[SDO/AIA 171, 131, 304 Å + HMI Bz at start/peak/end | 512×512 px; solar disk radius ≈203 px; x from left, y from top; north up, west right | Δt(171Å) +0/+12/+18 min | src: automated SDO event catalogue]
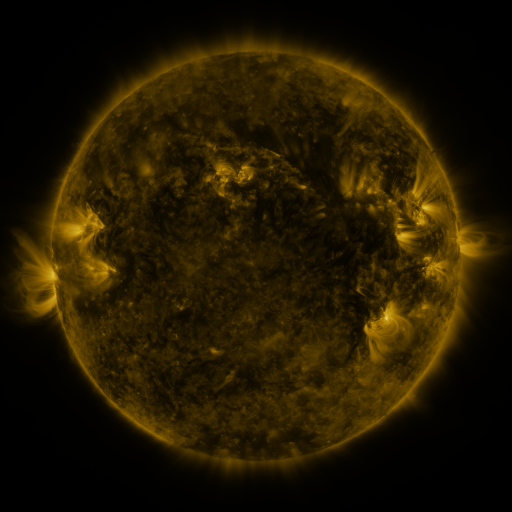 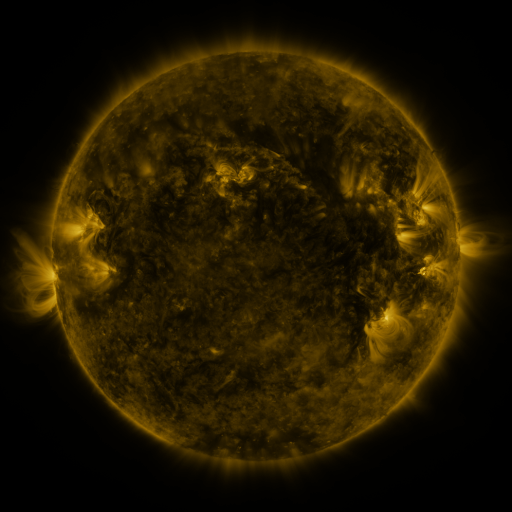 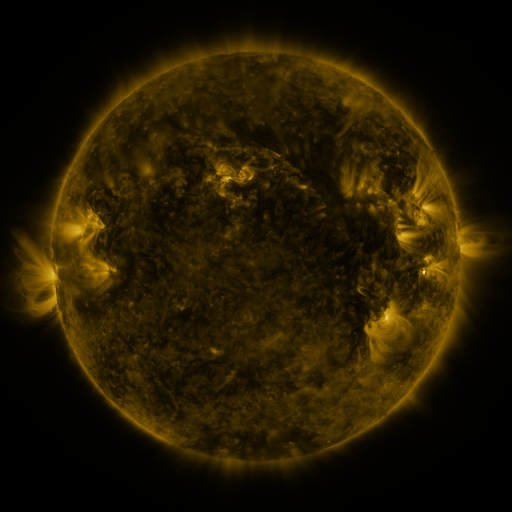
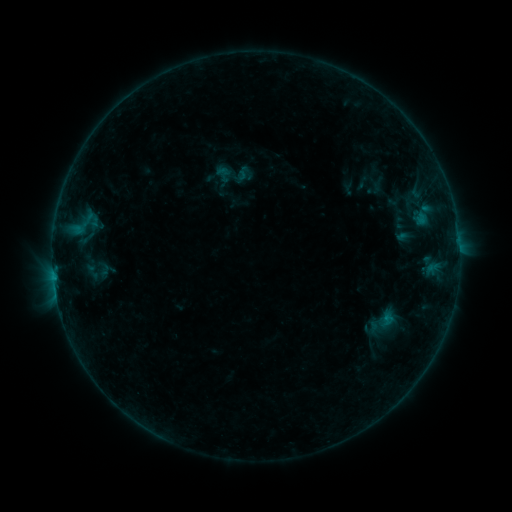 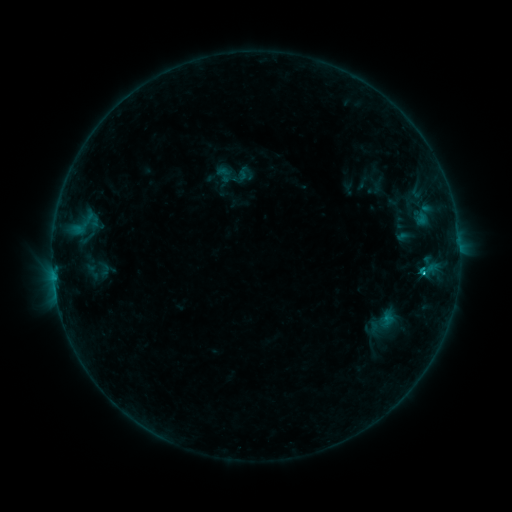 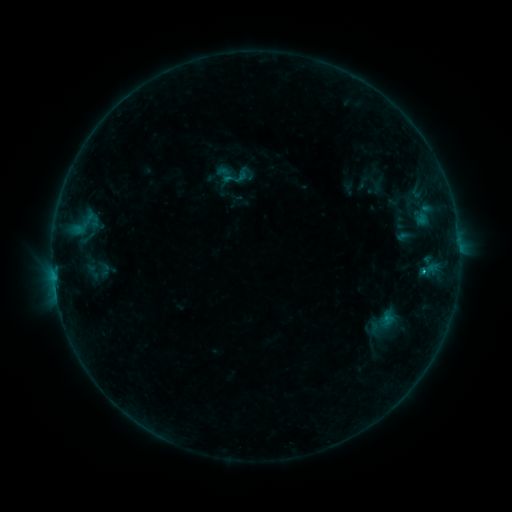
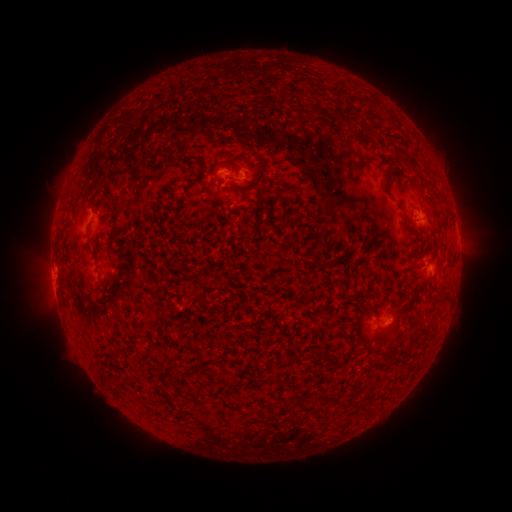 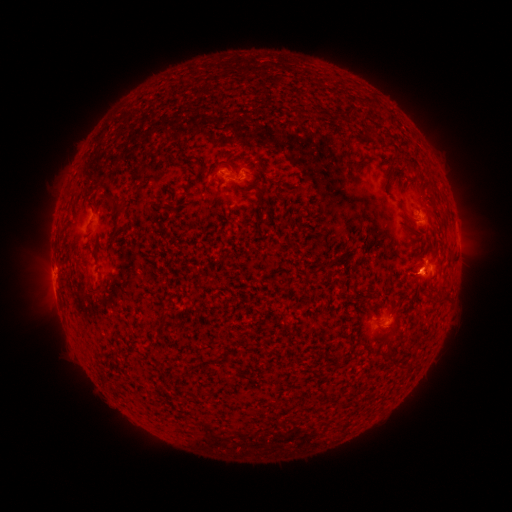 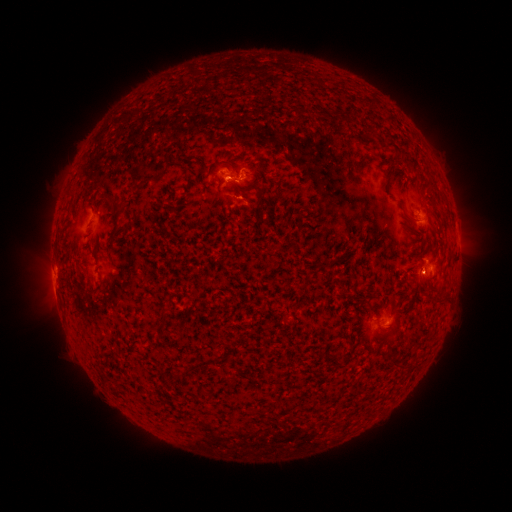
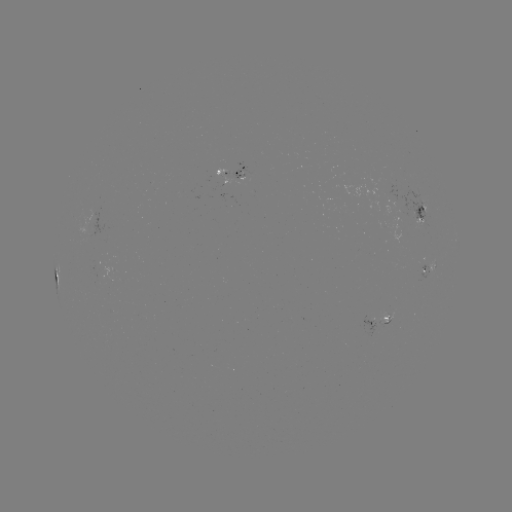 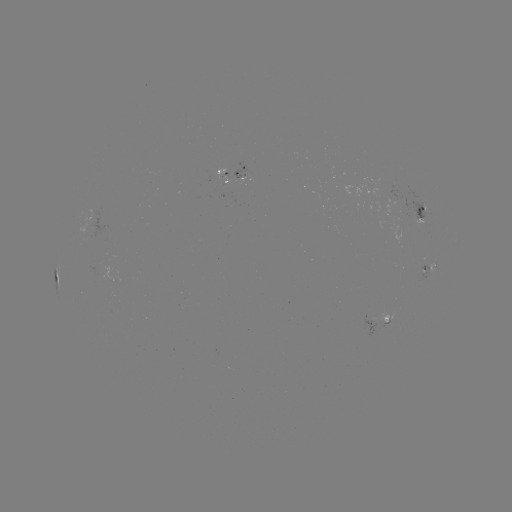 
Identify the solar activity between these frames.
C2.5 flare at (421, 271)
